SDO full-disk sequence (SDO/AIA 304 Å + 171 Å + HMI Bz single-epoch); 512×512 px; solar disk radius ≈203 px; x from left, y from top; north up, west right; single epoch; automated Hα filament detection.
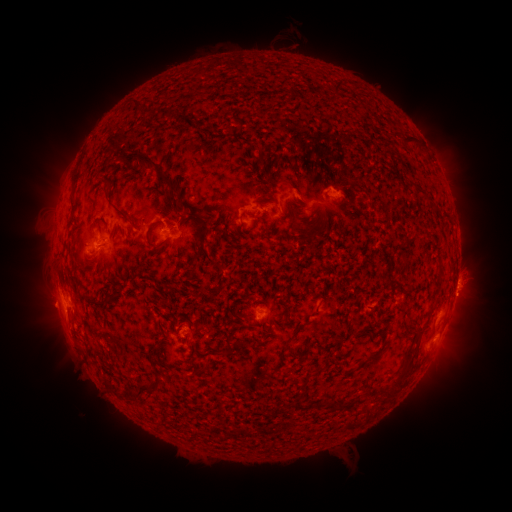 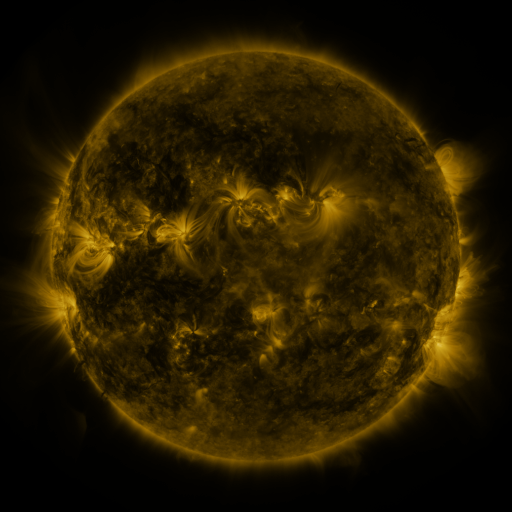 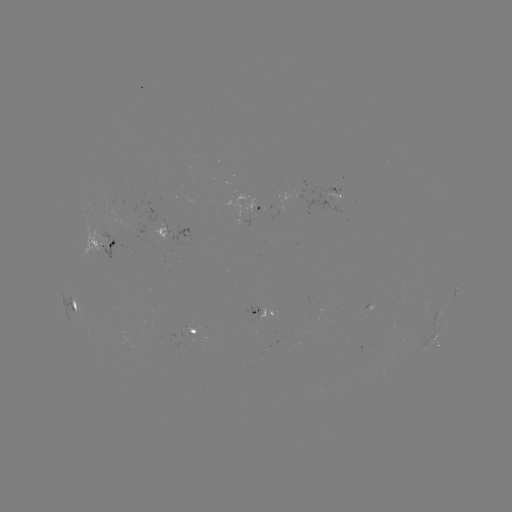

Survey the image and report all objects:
filament: (334, 87)
filament: (136, 106)
filament: (209, 130)
filament: (393, 133)
filament: (411, 138)
filament: (148, 165)
filament: (326, 176)
filament: (105, 182)
filament: (419, 189)
filament: (72, 196)
filament: (264, 200)
filament: (195, 208)
filament: (117, 212)
filament: (251, 215)
filament: (196, 219)
filament: (274, 219)
filament: (230, 220)
filament: (148, 240)
filament: (208, 258)
filament: (439, 272)
filament: (171, 287)
filament: (78, 288)
filament: (325, 299)
filament: (98, 306)
filament: (287, 310)
filament: (296, 332)
filament: (233, 353)
filament: (376, 355)
filament: (401, 376)
filament: (146, 390)
filament: (118, 394)
filament: (344, 405)
filament: (306, 407)
